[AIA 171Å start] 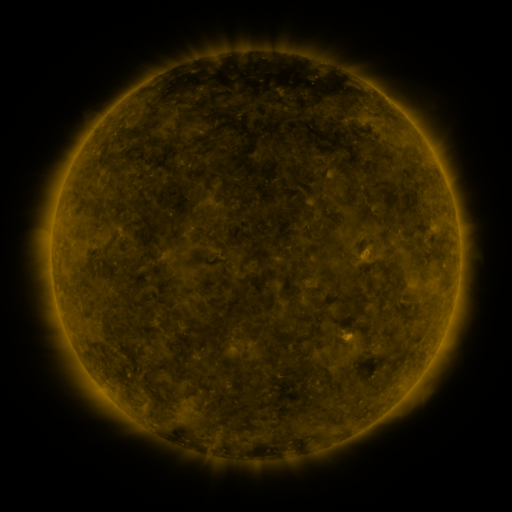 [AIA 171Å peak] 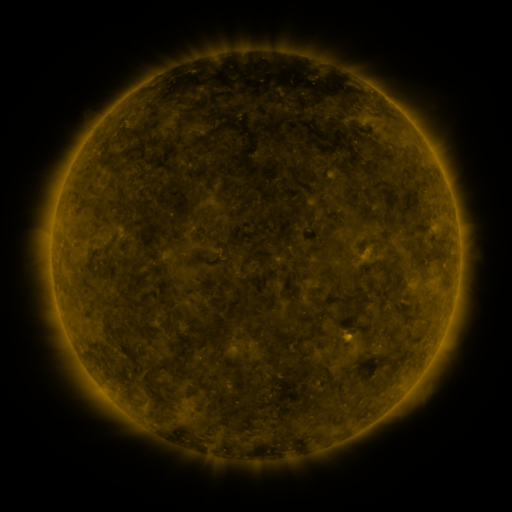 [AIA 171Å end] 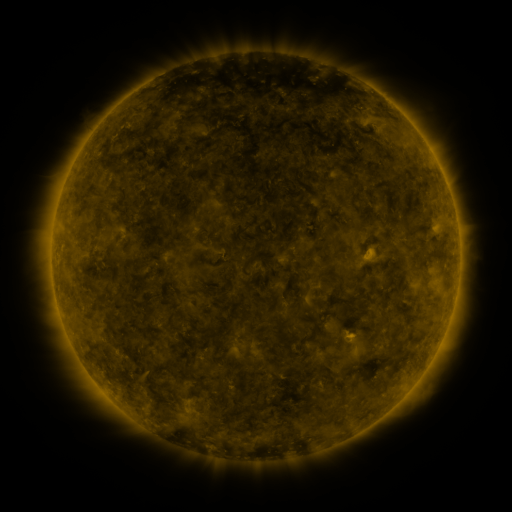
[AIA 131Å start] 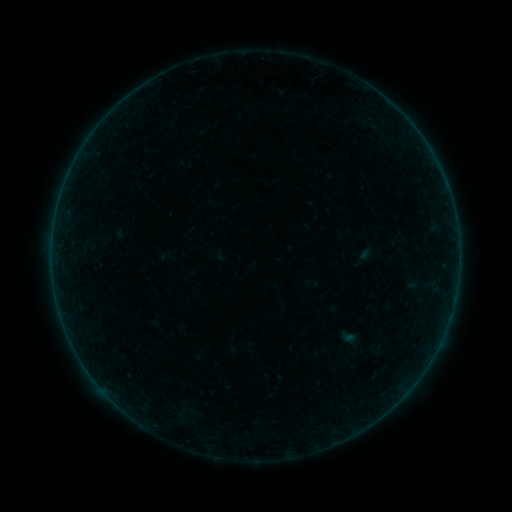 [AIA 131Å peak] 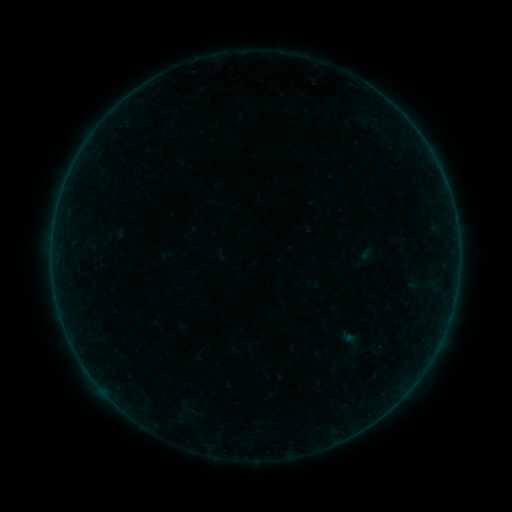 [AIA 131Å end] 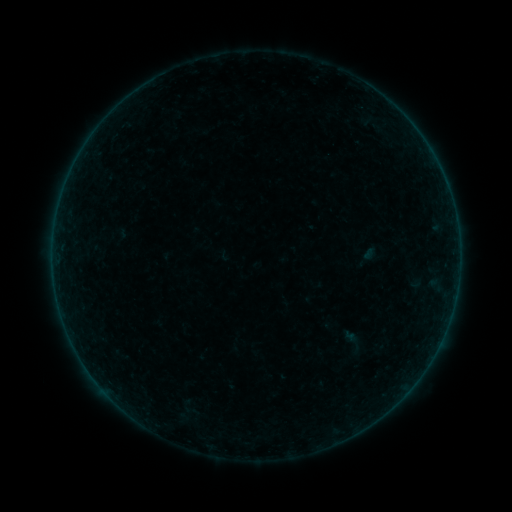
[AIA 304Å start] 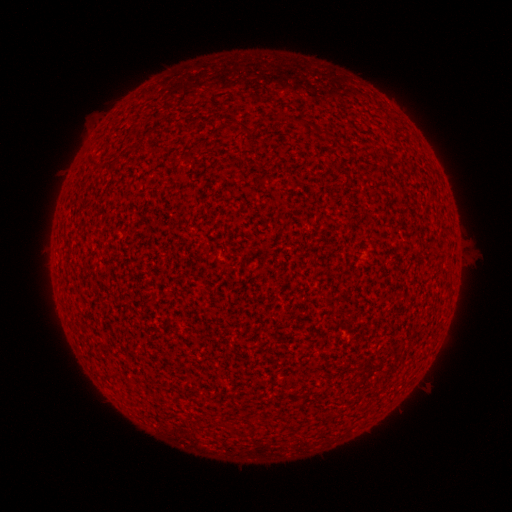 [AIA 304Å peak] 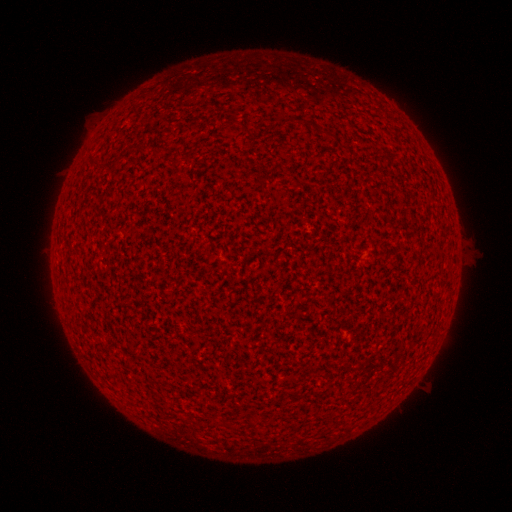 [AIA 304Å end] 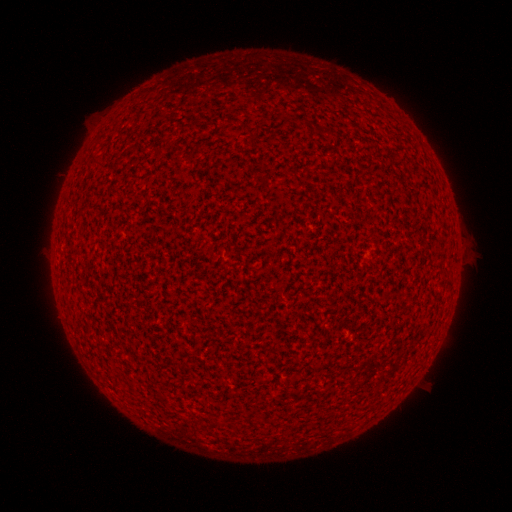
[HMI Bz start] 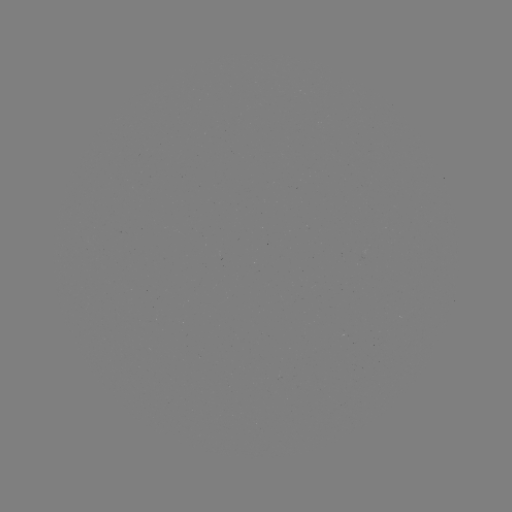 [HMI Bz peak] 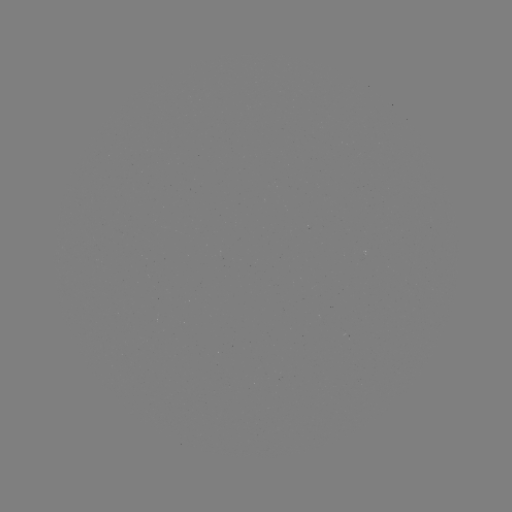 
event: flare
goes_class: A7.5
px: (347, 334)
